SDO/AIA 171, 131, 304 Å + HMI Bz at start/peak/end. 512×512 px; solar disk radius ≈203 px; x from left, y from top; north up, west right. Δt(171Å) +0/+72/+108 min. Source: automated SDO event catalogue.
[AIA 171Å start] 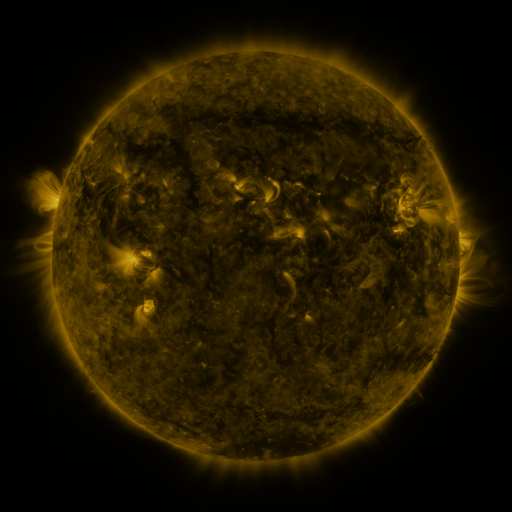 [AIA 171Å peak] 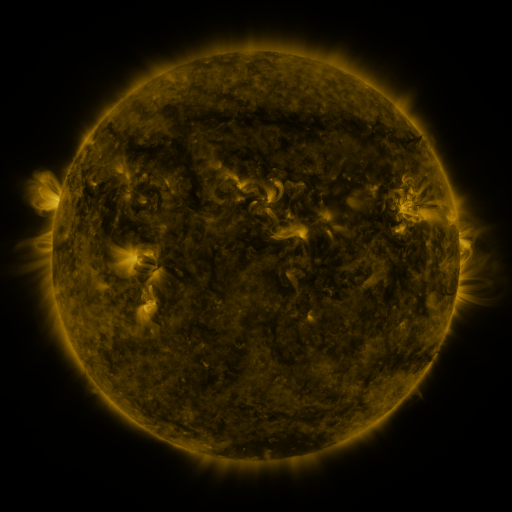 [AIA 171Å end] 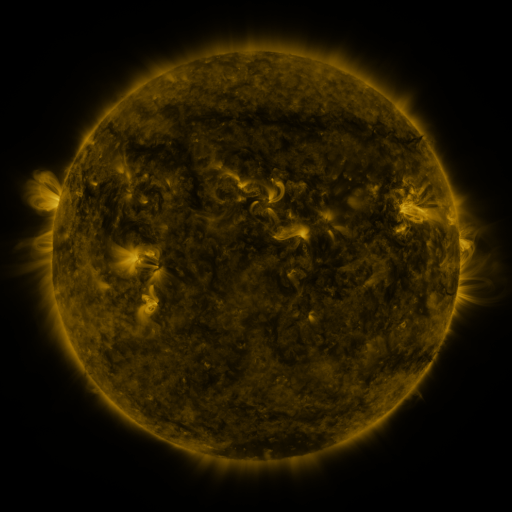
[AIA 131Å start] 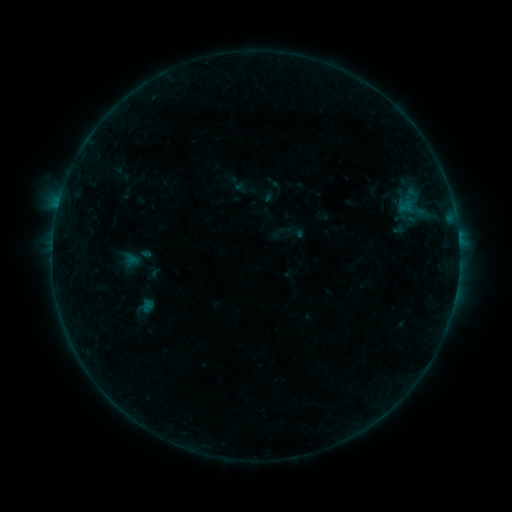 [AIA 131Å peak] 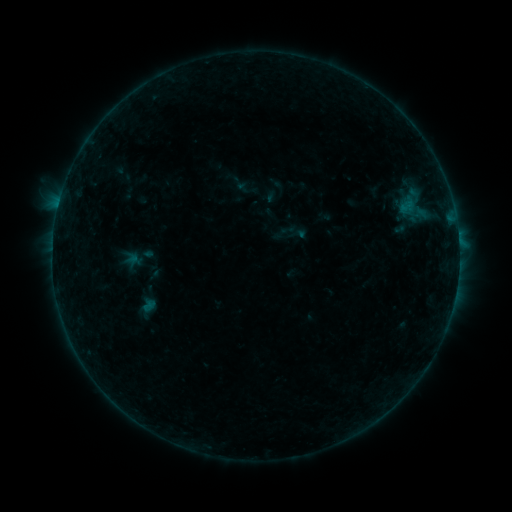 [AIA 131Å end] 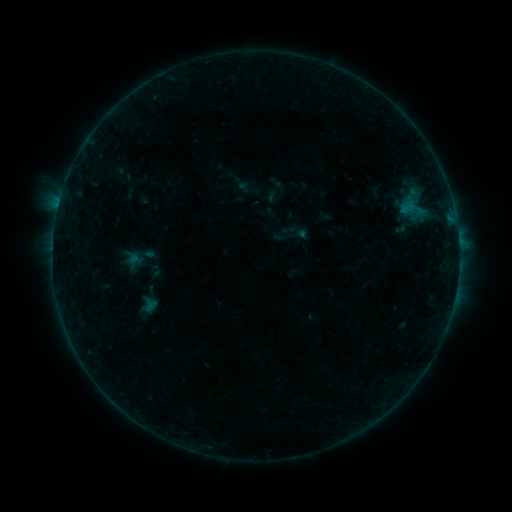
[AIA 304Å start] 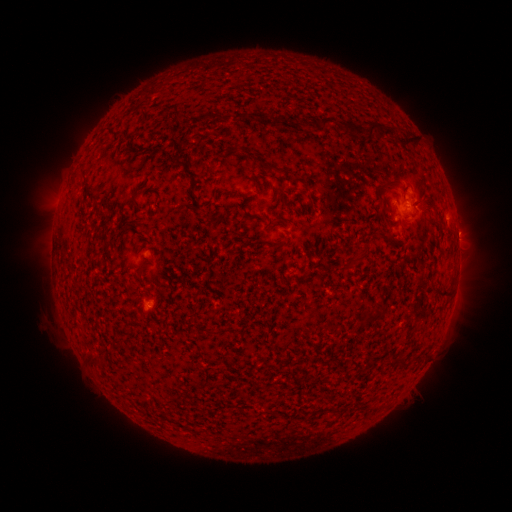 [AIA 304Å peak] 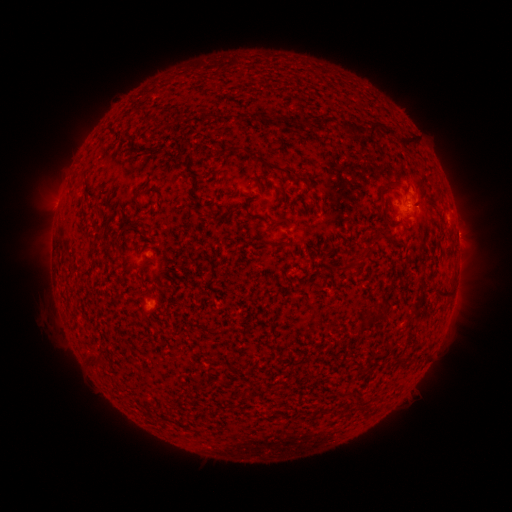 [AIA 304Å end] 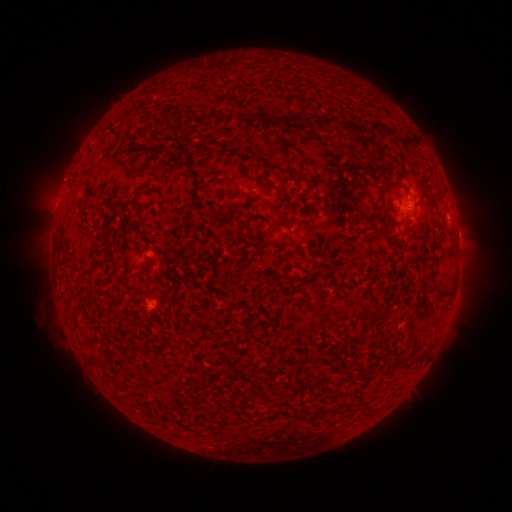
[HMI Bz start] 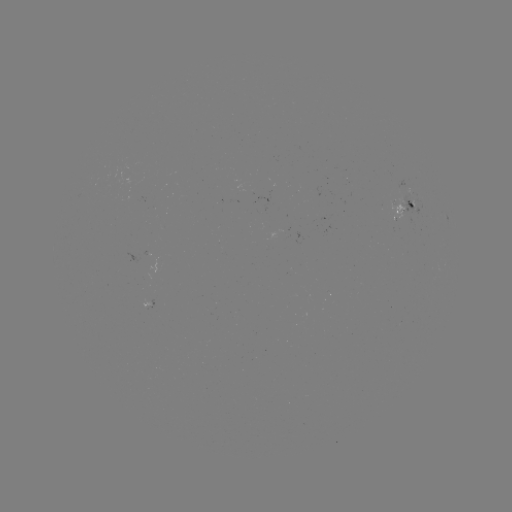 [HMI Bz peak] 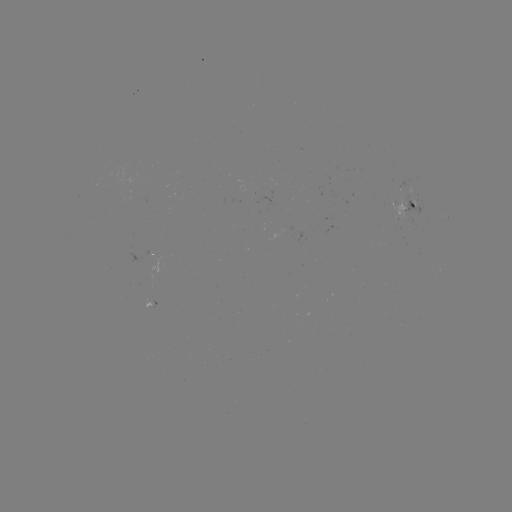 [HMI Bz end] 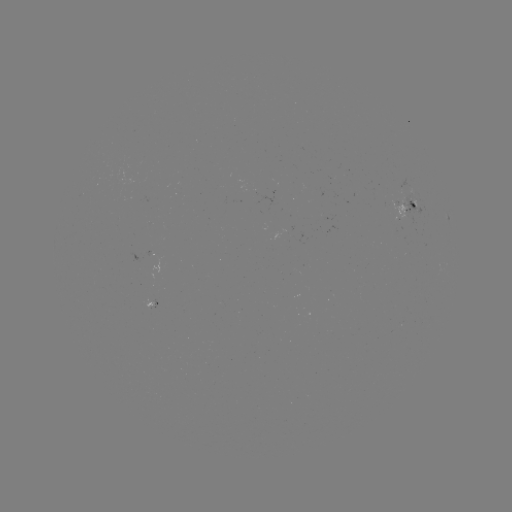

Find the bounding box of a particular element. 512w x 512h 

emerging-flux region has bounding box [386, 192, 423, 219].